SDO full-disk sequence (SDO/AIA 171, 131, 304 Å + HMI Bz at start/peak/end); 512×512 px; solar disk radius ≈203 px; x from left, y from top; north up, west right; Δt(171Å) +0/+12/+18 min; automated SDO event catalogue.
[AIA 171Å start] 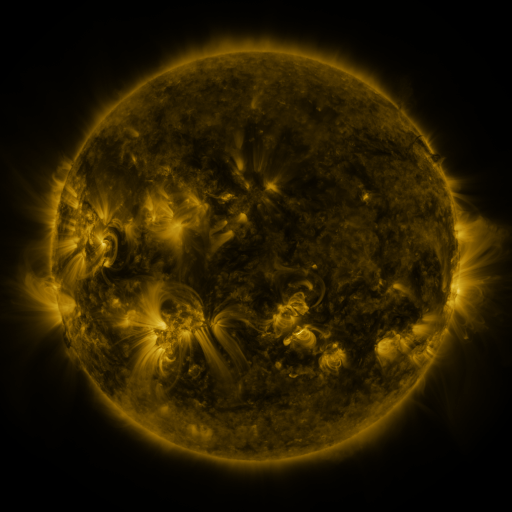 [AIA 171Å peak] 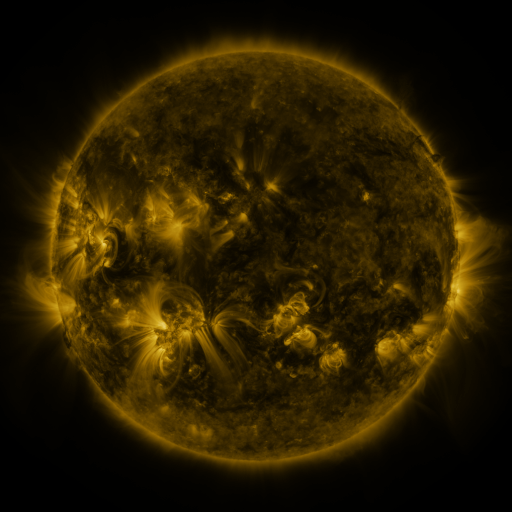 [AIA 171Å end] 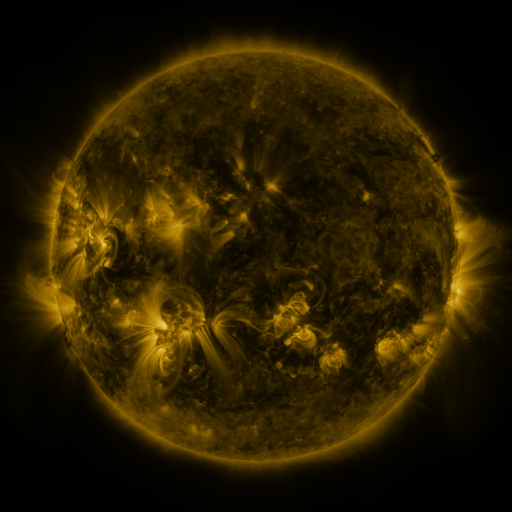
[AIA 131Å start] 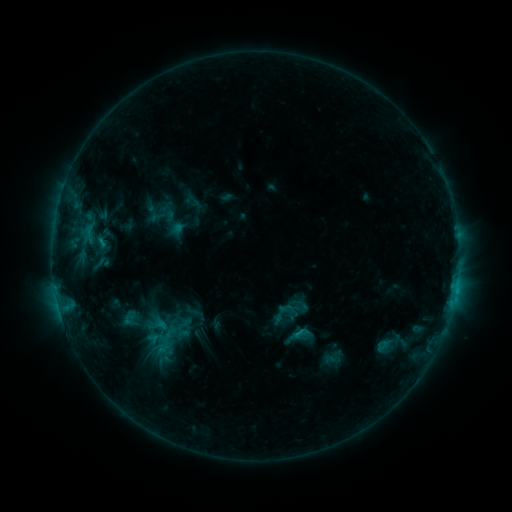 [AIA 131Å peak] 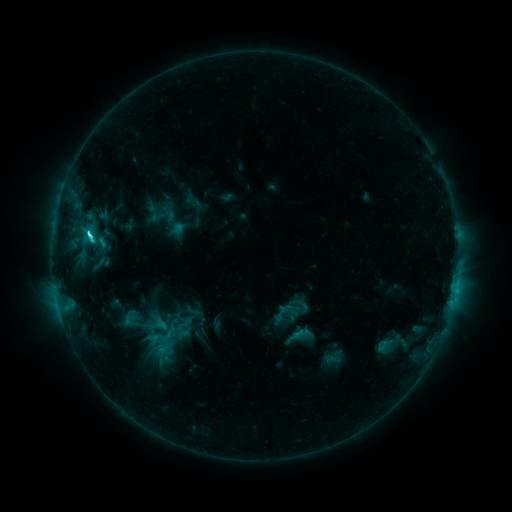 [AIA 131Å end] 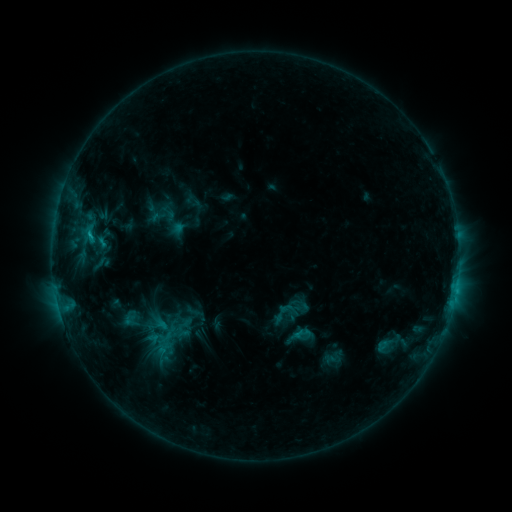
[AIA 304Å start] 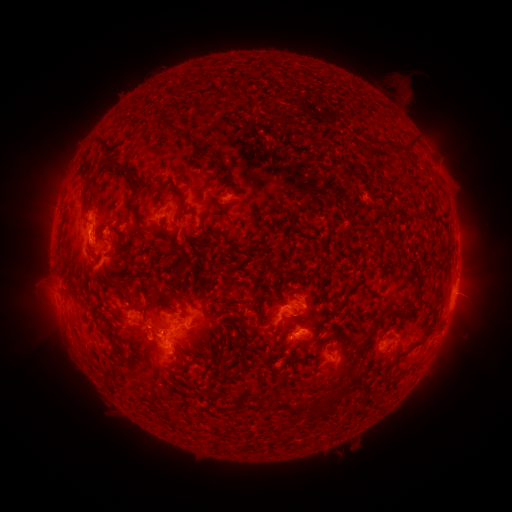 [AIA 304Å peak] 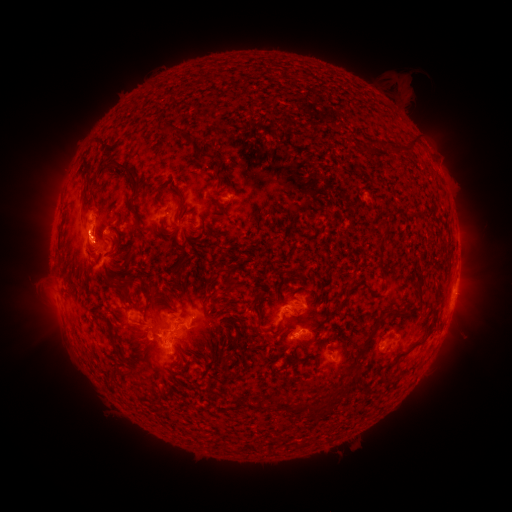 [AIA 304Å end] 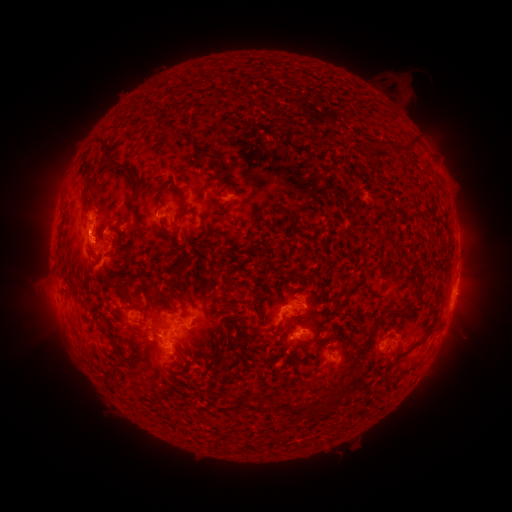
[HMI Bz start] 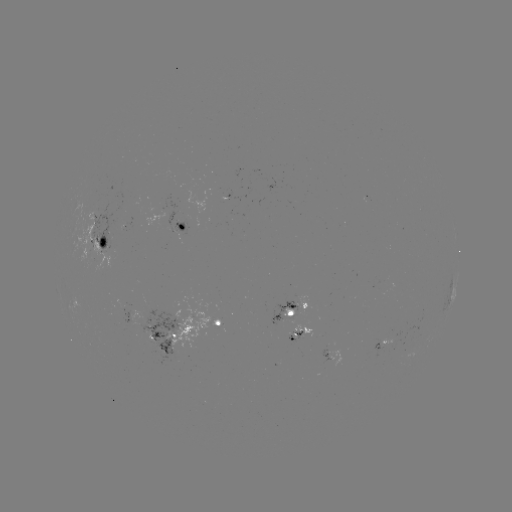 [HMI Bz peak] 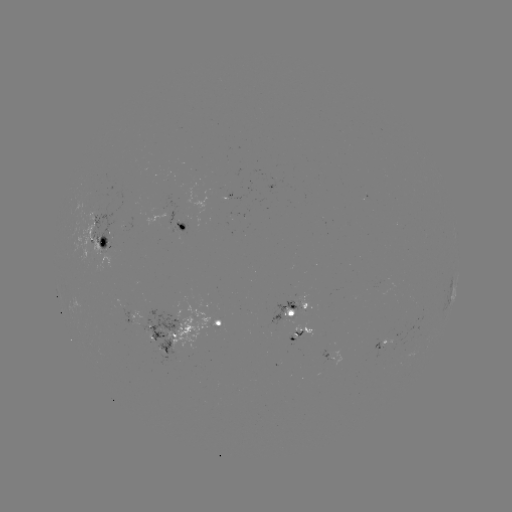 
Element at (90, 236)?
C3.2 flare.